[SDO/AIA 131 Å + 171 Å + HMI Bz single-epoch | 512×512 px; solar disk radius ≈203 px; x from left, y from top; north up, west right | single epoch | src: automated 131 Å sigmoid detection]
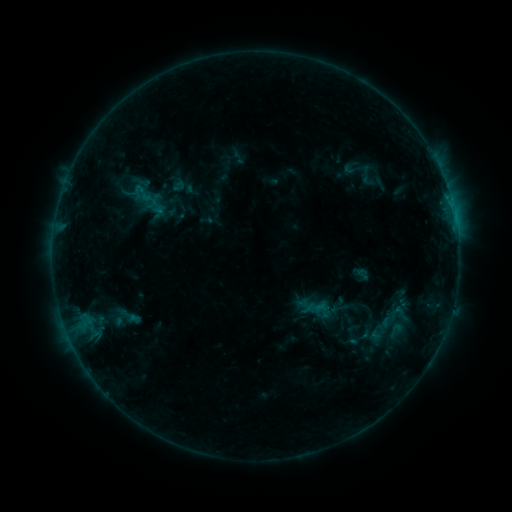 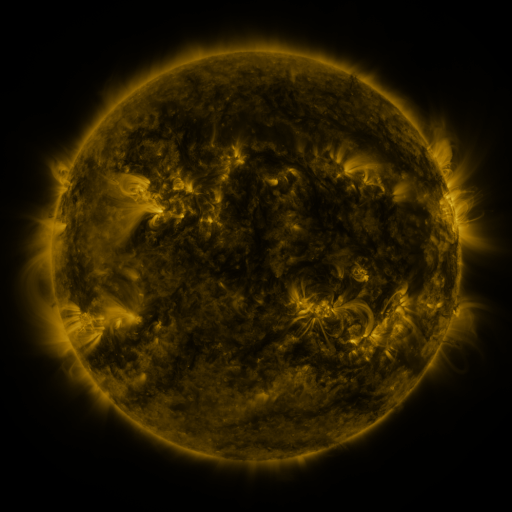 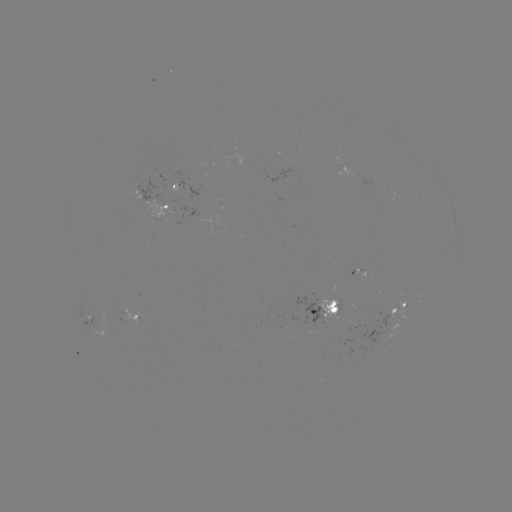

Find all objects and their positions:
sigmoid: (151, 201)
sigmoid: (389, 318)
sigmoid: (396, 330)
sigmoid: (348, 342)
